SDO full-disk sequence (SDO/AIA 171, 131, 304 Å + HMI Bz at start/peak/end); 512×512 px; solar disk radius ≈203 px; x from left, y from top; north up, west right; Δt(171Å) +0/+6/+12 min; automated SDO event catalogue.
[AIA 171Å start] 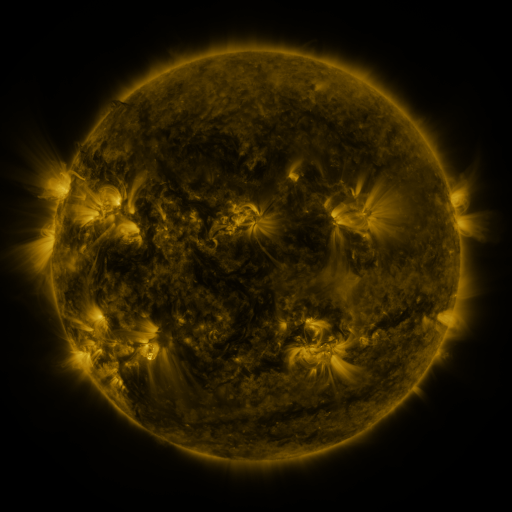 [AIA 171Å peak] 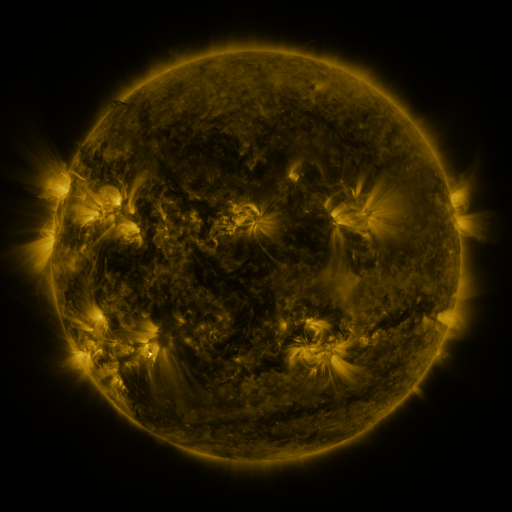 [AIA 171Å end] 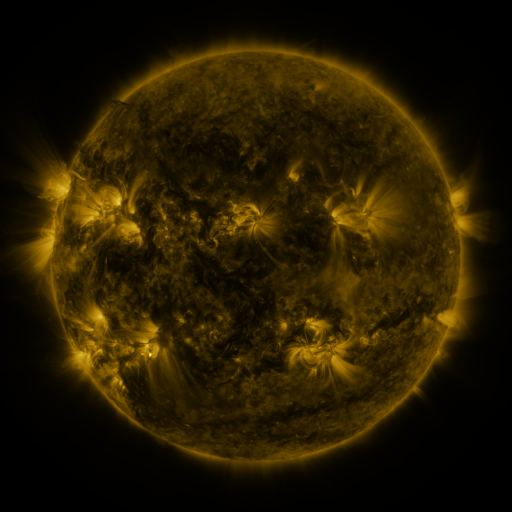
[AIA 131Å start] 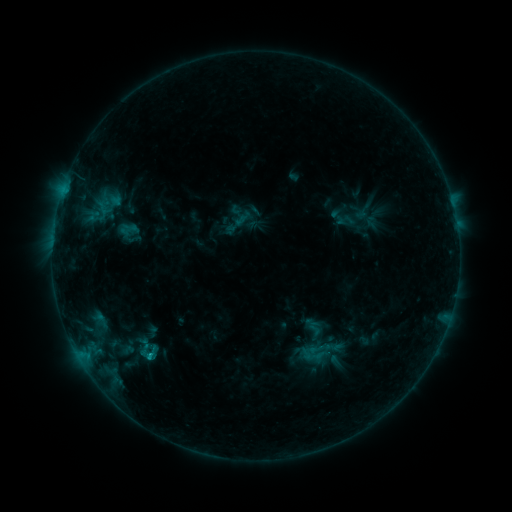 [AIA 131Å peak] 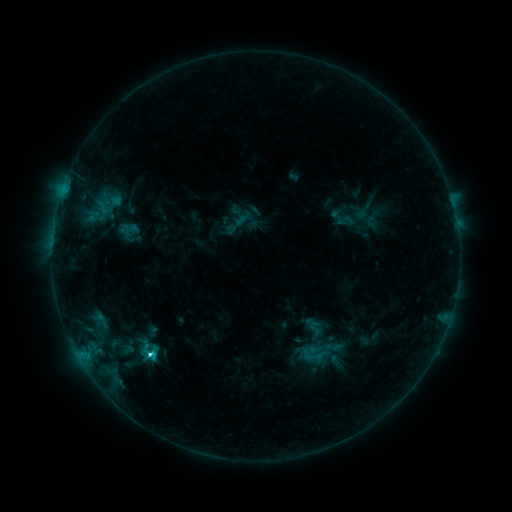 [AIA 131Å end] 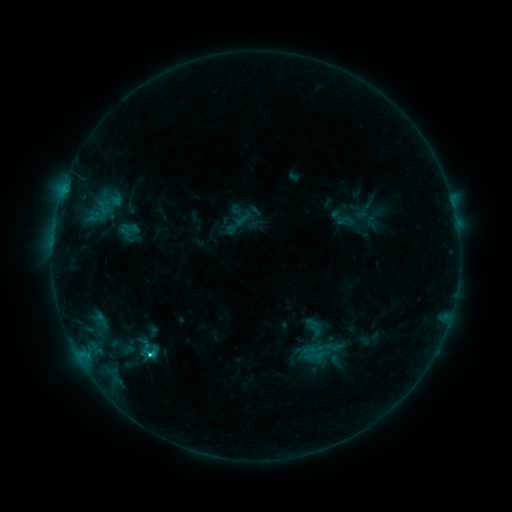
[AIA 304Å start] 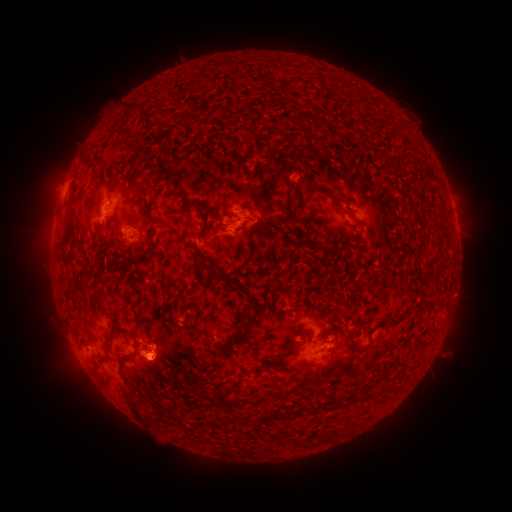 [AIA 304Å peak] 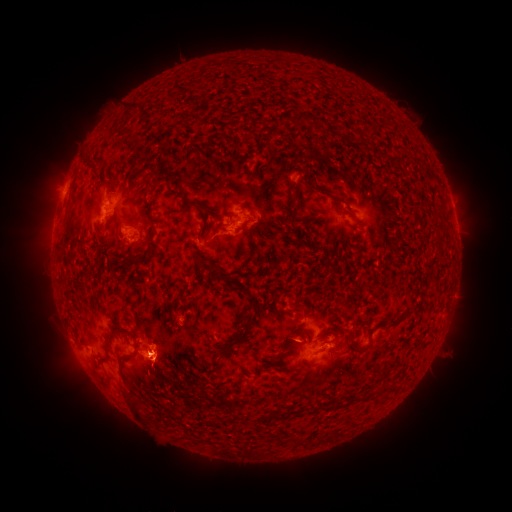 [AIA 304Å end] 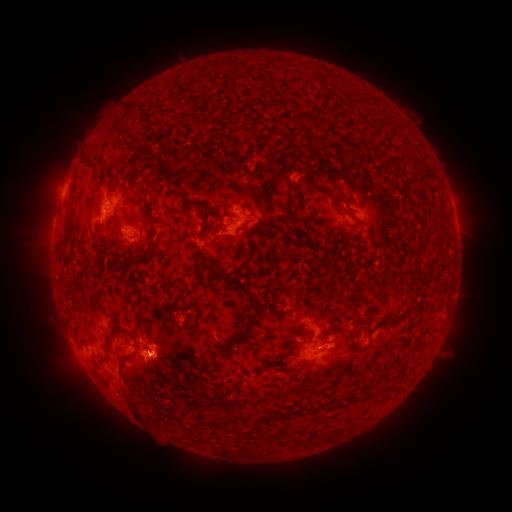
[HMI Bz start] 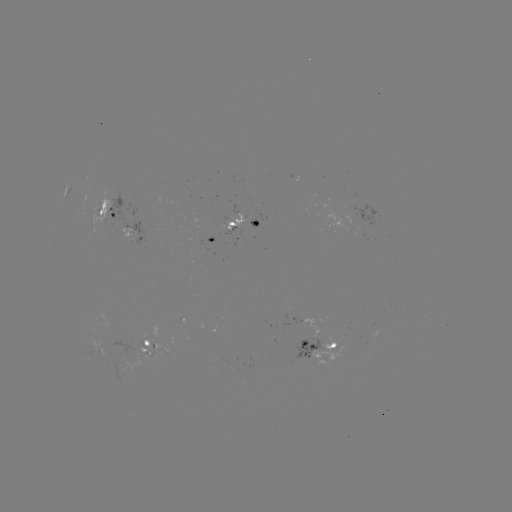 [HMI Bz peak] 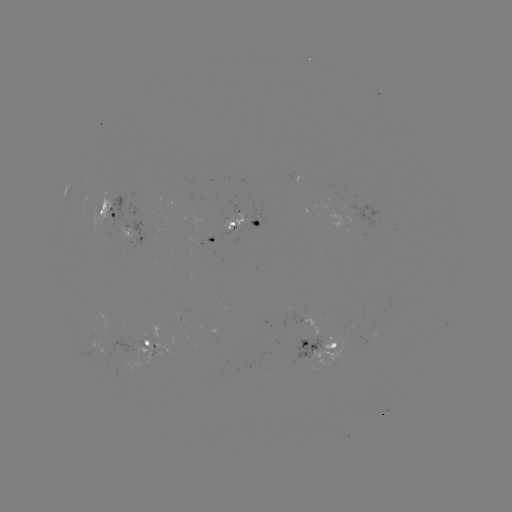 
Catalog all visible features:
C1.8 flare: (150, 352)
